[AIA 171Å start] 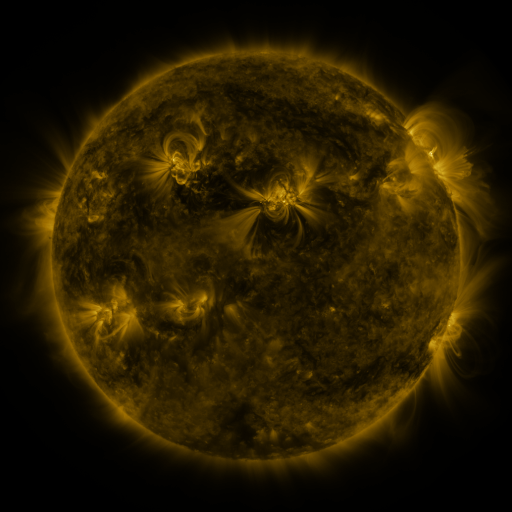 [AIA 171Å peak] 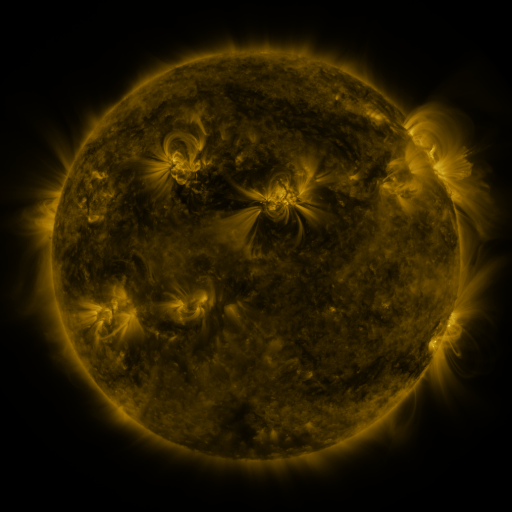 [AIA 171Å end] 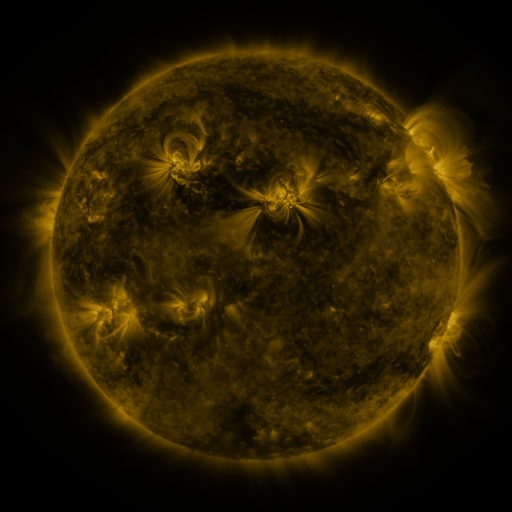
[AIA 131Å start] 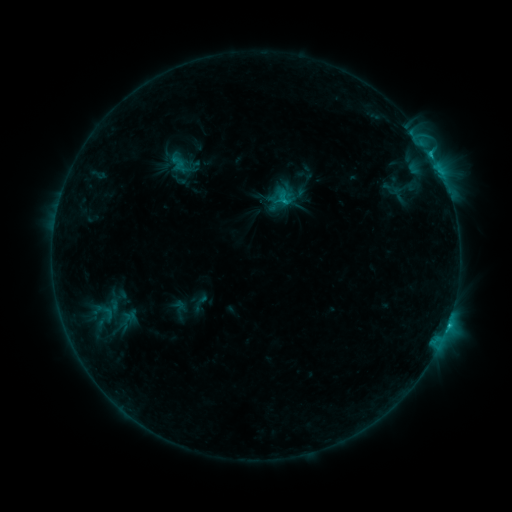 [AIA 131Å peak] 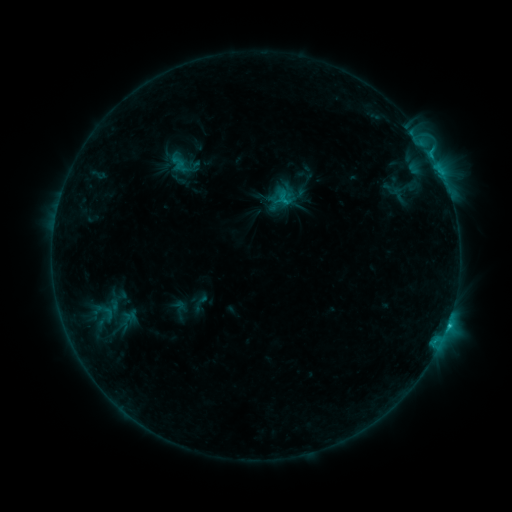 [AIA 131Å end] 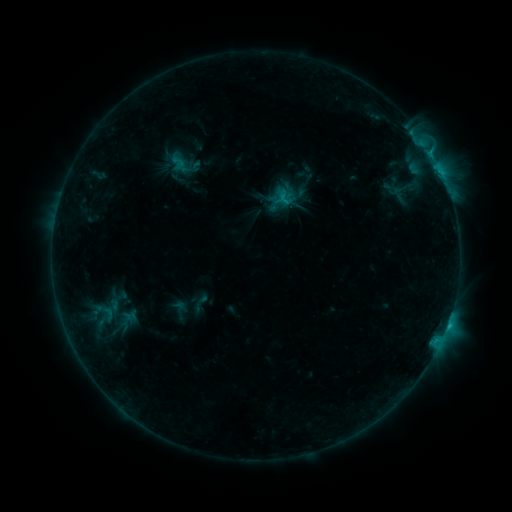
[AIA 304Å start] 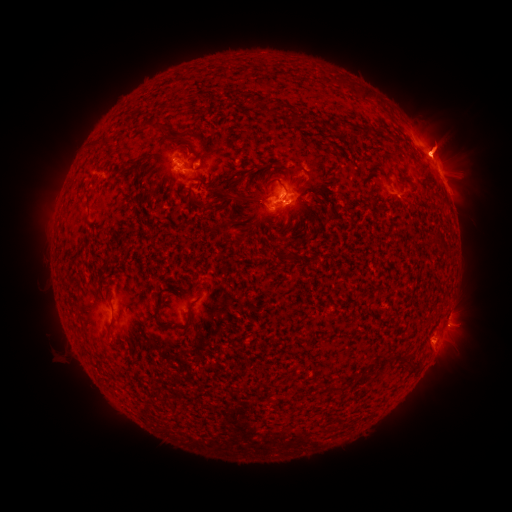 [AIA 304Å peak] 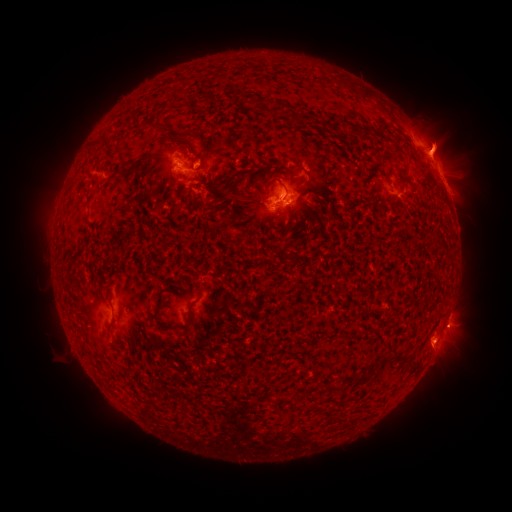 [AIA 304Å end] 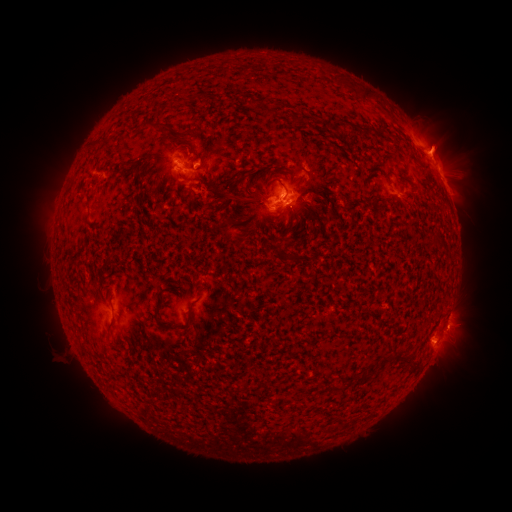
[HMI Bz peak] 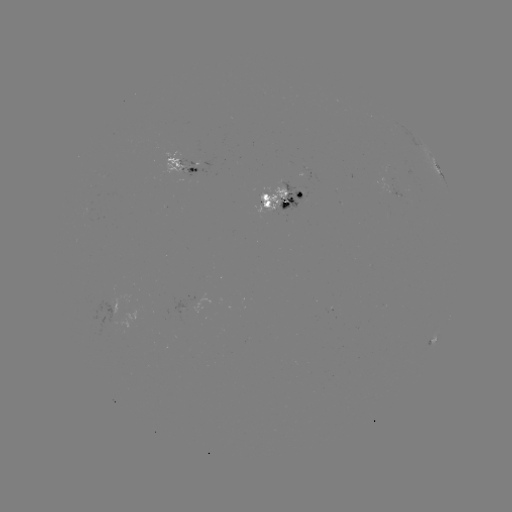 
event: eruption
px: (444, 138)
